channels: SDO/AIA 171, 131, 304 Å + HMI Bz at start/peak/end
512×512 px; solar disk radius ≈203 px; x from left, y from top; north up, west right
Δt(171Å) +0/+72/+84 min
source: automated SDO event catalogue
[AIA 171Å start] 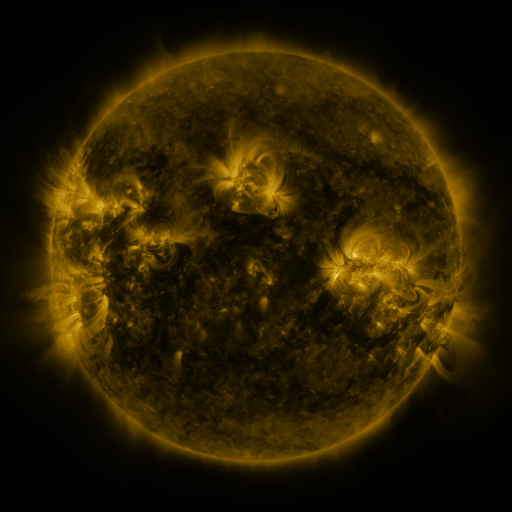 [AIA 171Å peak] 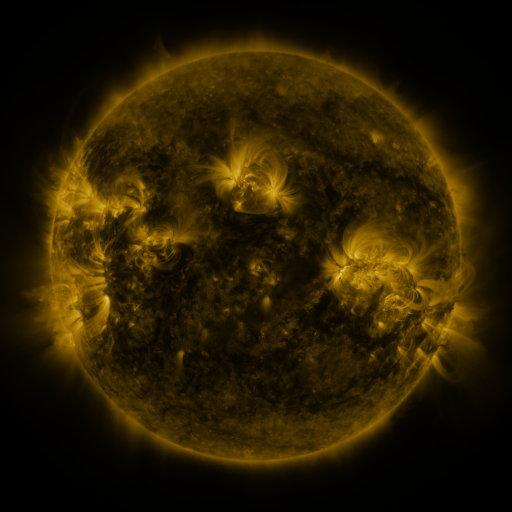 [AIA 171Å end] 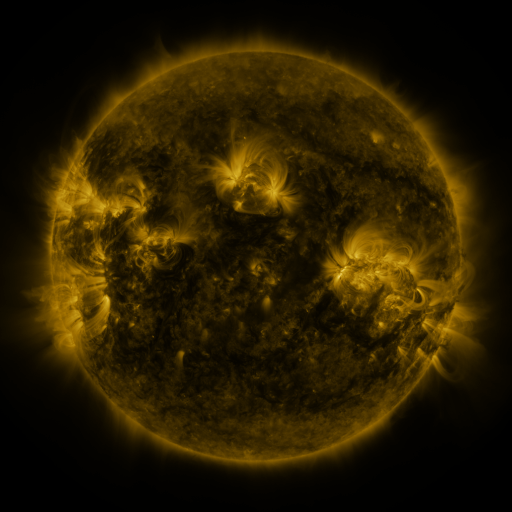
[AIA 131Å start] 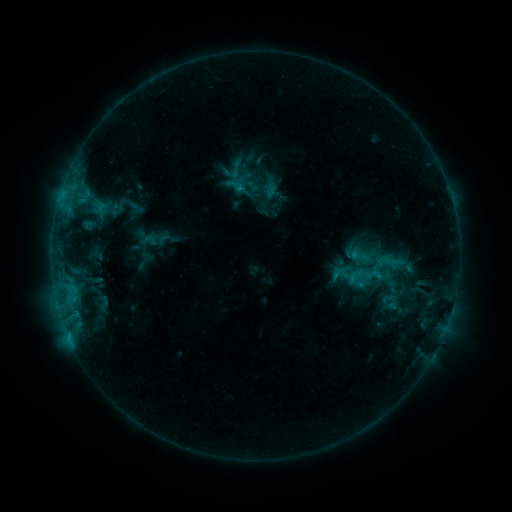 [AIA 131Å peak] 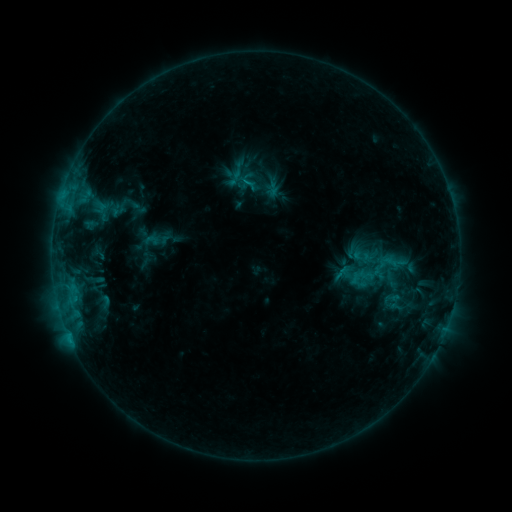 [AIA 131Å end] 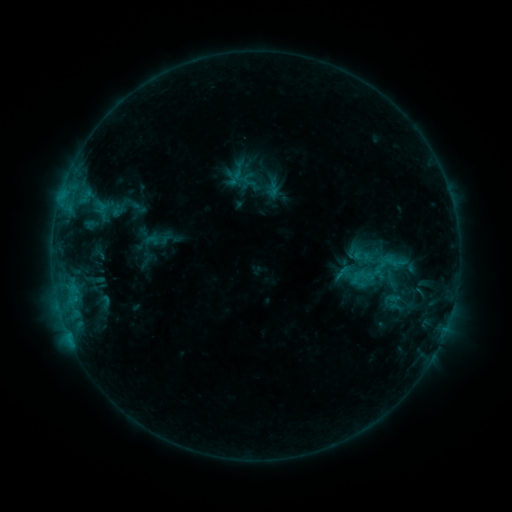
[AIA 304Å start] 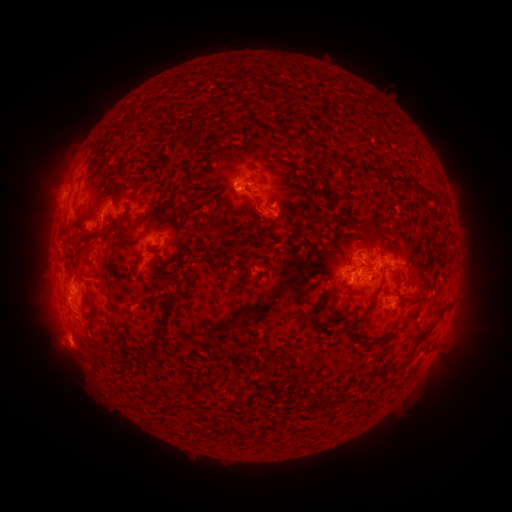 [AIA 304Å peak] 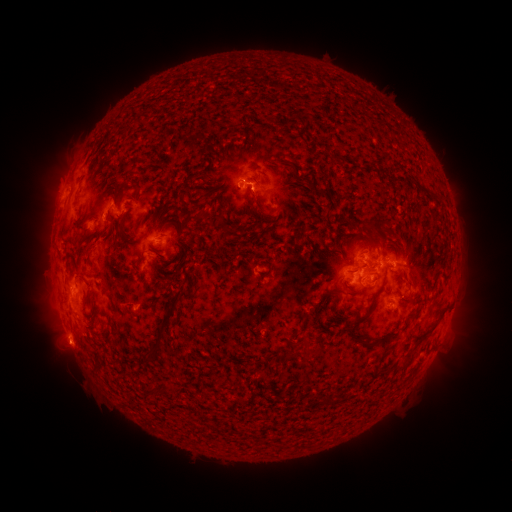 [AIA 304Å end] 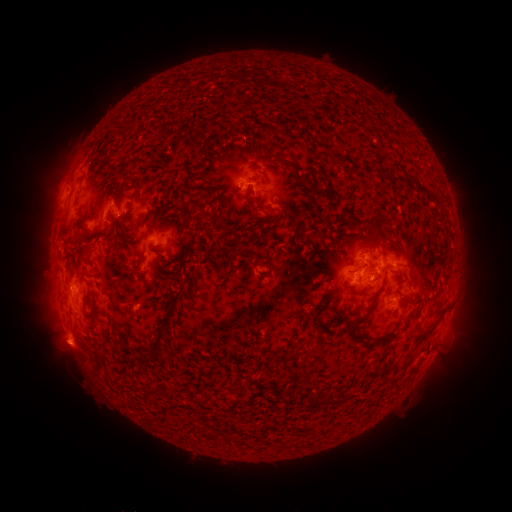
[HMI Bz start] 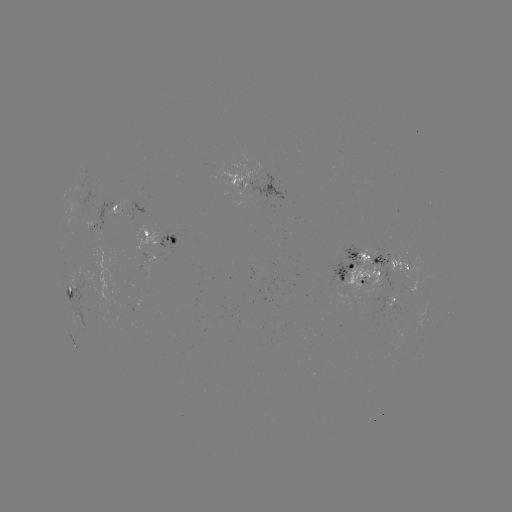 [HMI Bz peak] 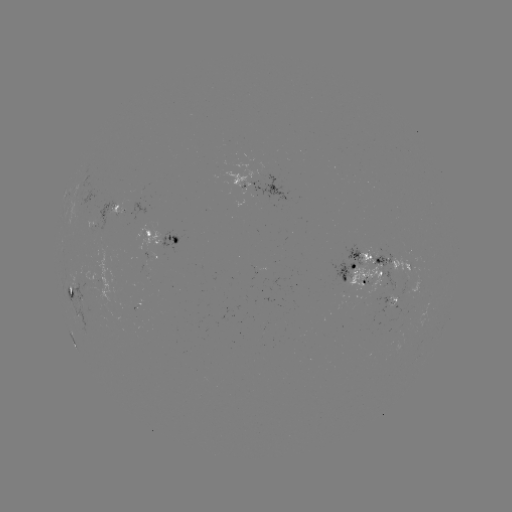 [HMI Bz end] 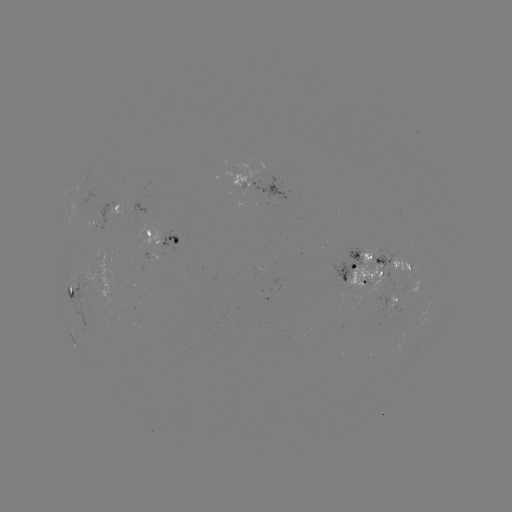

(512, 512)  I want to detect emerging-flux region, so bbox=[160, 231, 179, 249].